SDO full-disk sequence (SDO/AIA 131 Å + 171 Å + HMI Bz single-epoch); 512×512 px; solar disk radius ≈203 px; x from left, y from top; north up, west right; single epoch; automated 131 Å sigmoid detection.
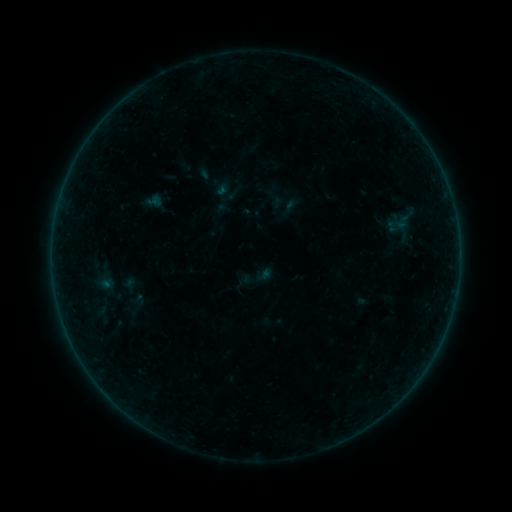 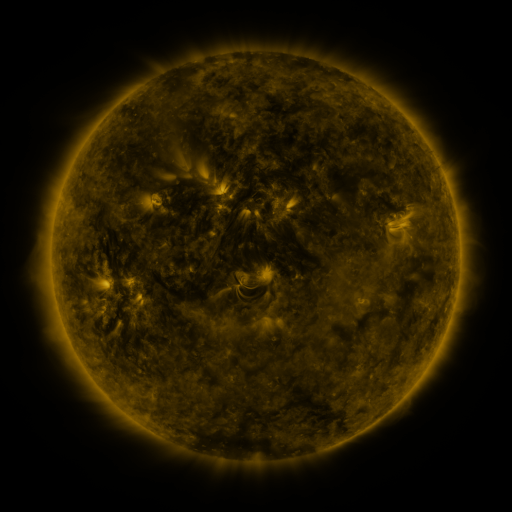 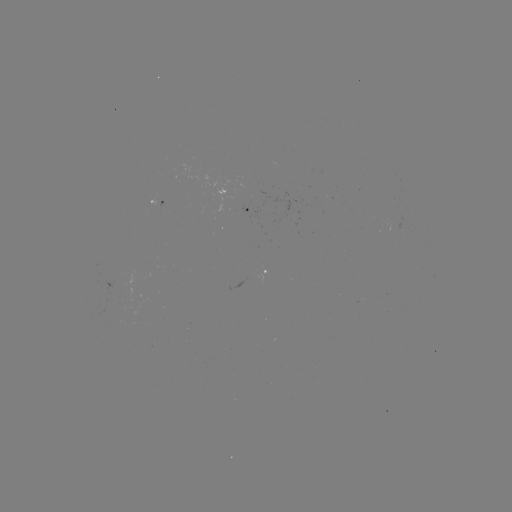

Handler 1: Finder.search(sigmoid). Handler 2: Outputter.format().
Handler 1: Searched sigmoid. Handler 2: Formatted (402, 222).